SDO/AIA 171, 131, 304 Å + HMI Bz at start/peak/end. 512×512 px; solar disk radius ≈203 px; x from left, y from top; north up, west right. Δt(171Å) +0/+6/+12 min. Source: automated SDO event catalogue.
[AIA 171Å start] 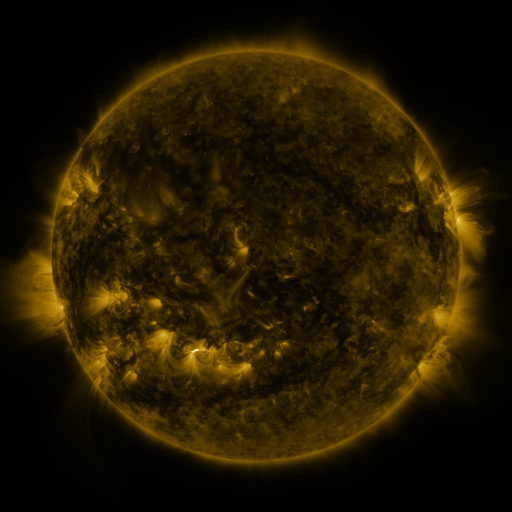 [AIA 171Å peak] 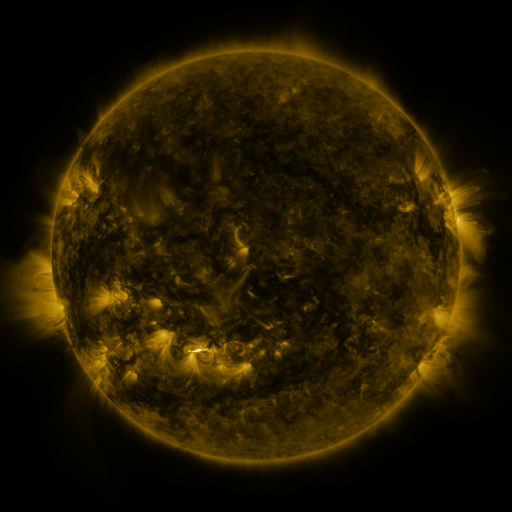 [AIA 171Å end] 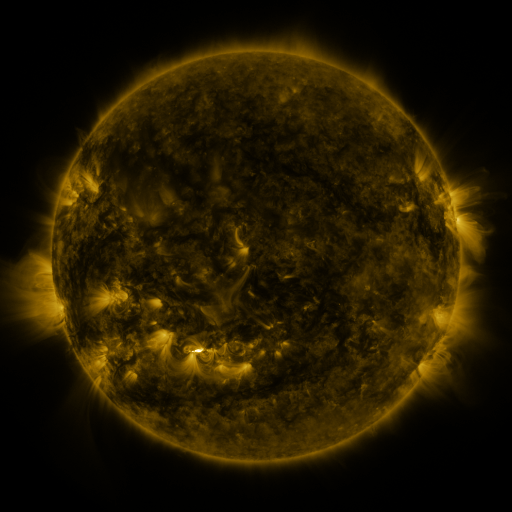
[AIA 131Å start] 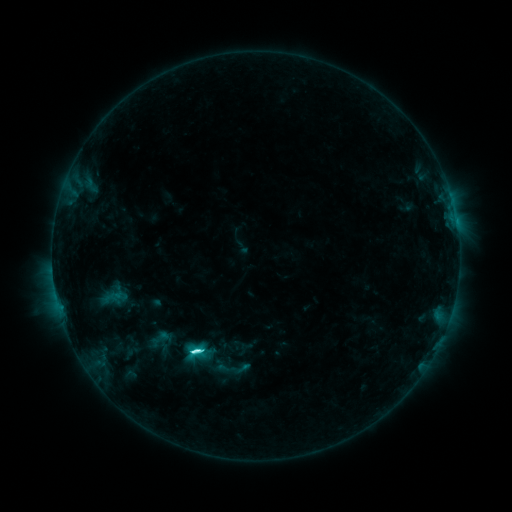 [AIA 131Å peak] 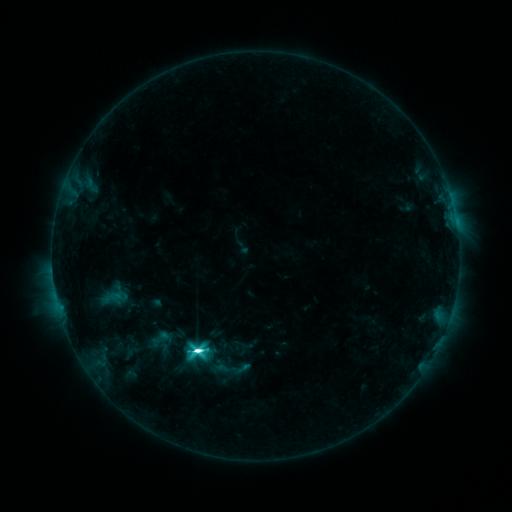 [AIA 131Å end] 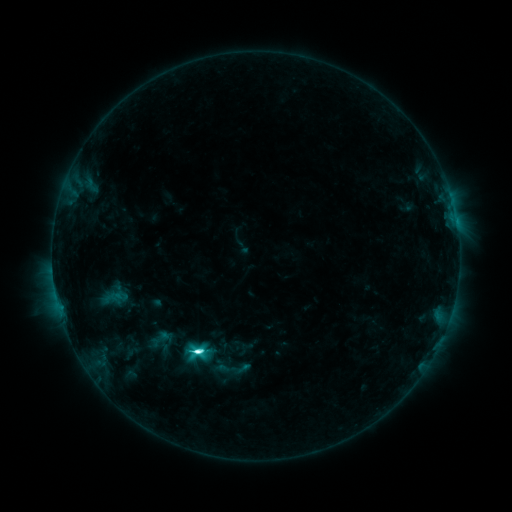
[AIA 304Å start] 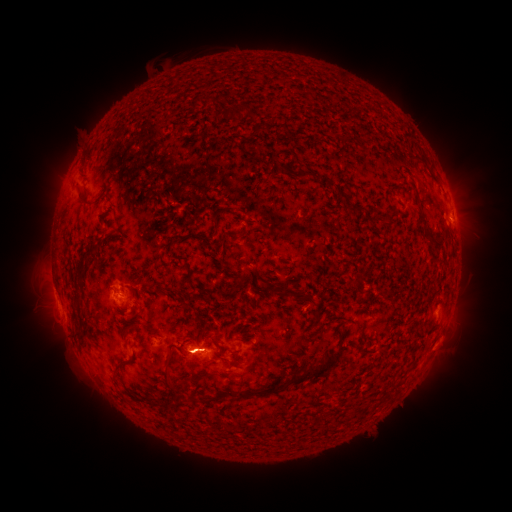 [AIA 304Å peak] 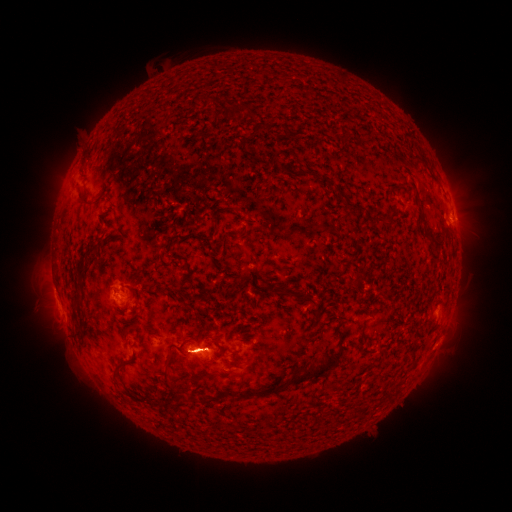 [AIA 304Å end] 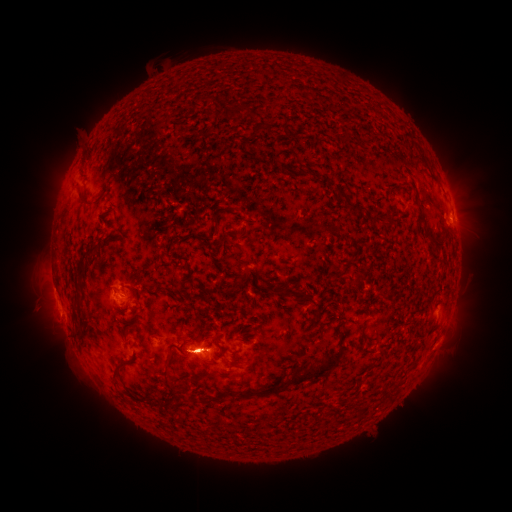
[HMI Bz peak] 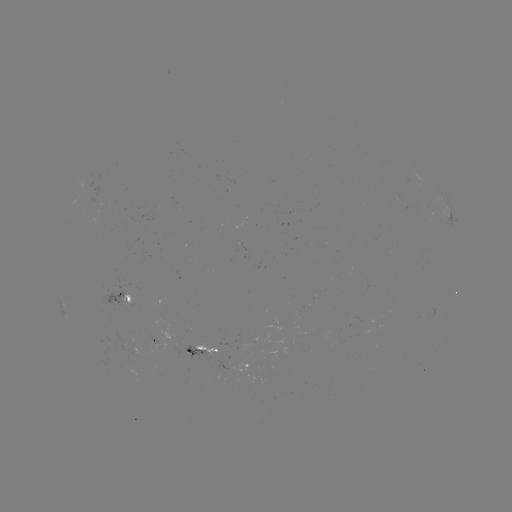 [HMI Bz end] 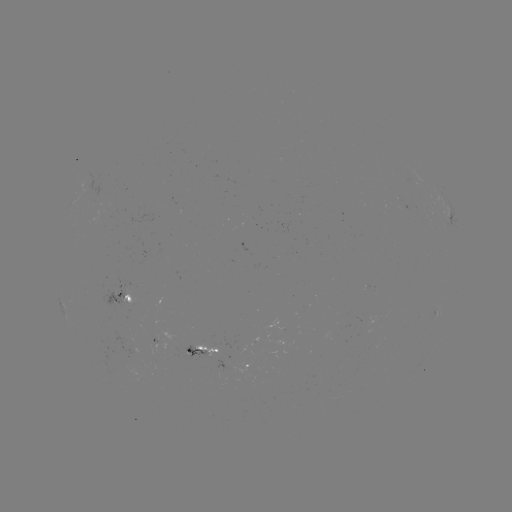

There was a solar eruption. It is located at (61, 180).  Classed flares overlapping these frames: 1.